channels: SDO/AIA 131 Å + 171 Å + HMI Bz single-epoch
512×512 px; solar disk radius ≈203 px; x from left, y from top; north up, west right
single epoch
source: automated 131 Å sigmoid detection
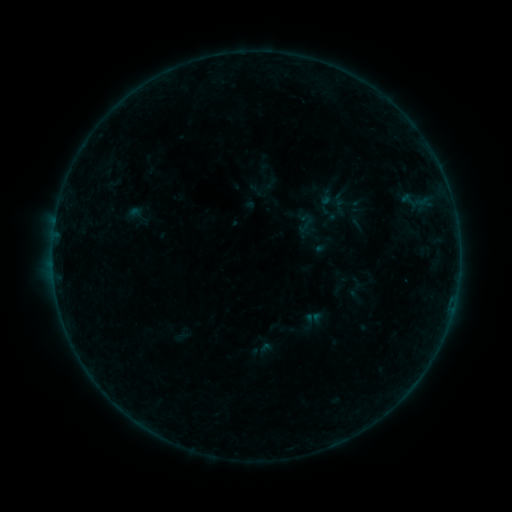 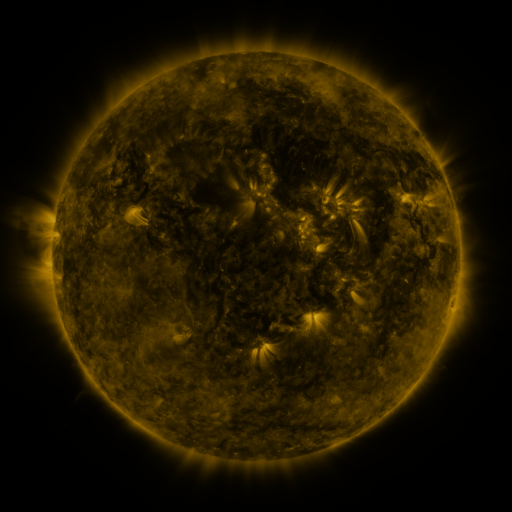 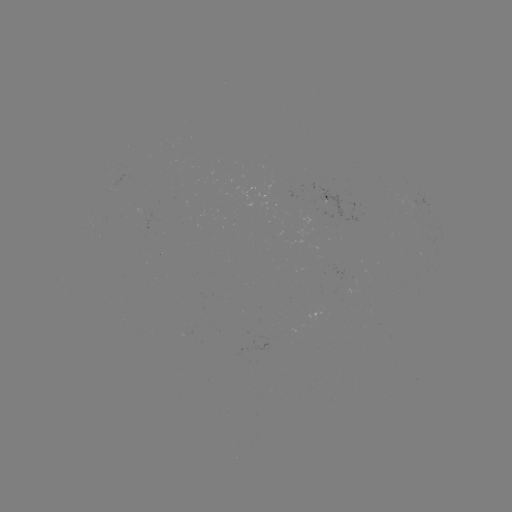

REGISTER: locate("sigmoid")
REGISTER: (138, 214)